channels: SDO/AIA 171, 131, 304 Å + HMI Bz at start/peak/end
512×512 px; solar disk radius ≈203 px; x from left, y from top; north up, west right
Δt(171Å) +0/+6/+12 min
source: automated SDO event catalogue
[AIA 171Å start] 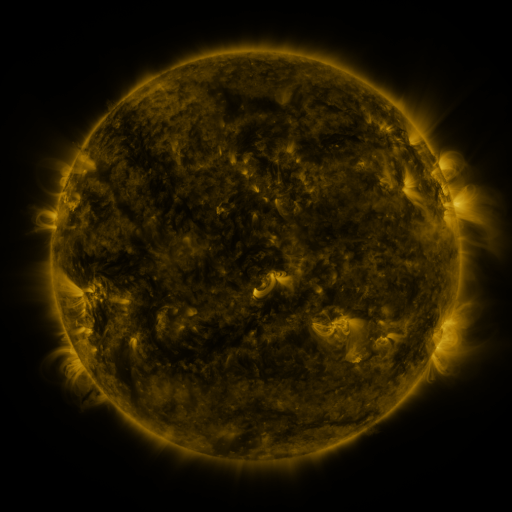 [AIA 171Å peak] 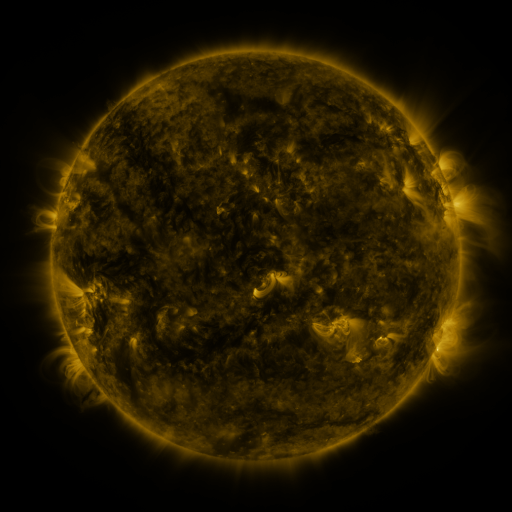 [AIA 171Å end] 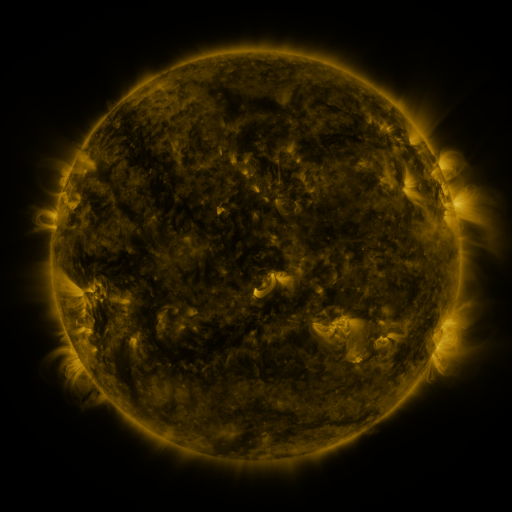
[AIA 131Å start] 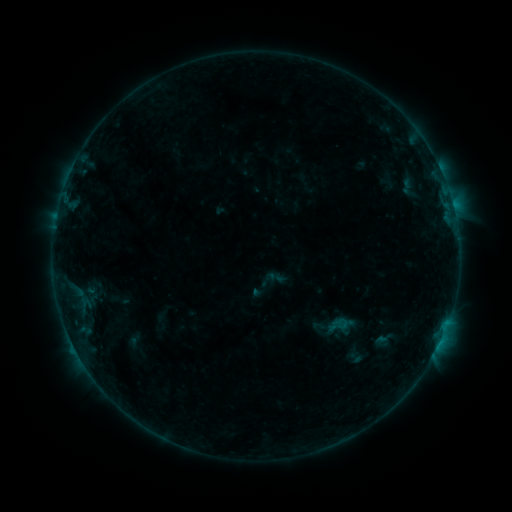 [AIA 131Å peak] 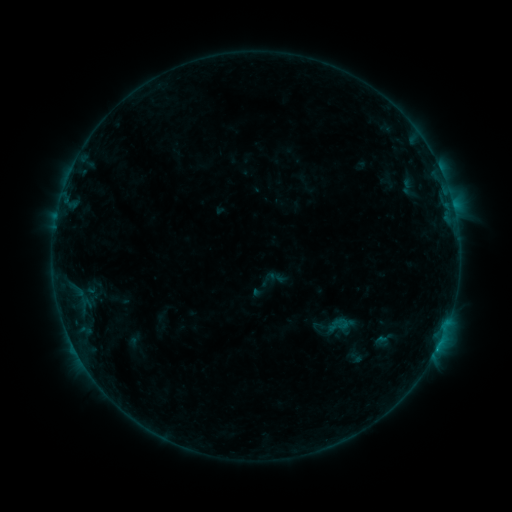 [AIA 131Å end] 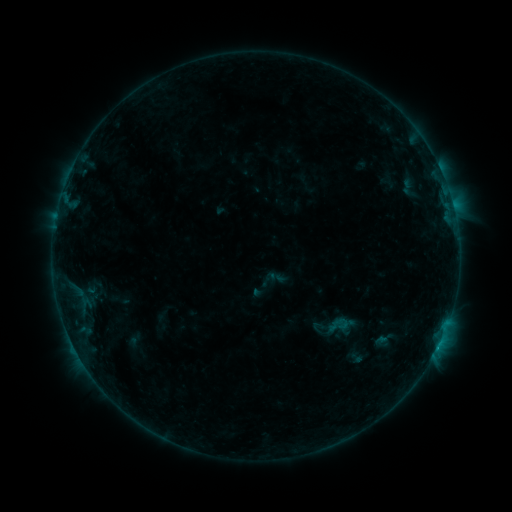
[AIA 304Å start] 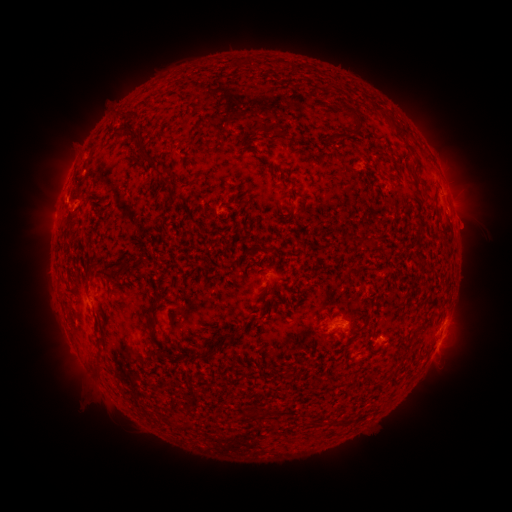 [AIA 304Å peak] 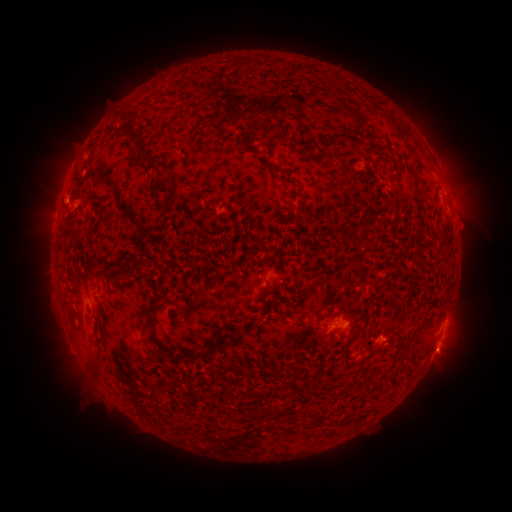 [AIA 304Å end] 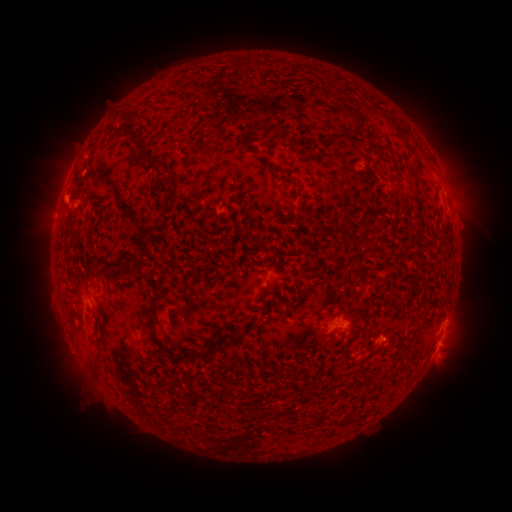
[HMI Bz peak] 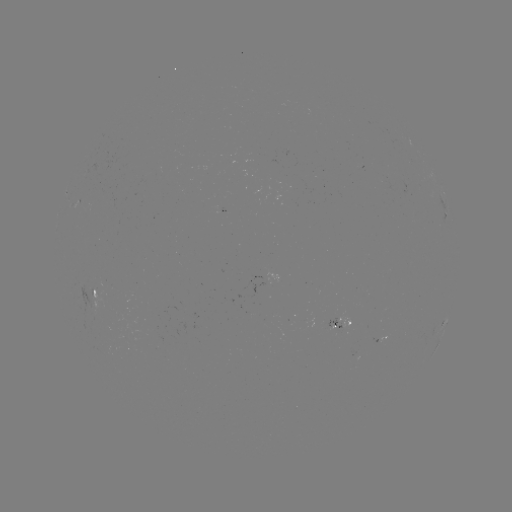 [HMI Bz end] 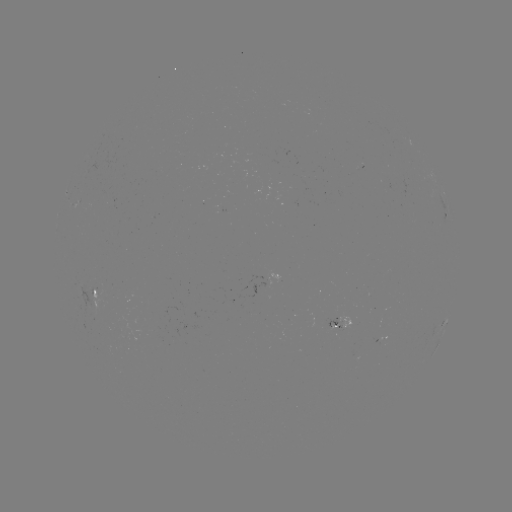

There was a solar eruption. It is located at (444, 358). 